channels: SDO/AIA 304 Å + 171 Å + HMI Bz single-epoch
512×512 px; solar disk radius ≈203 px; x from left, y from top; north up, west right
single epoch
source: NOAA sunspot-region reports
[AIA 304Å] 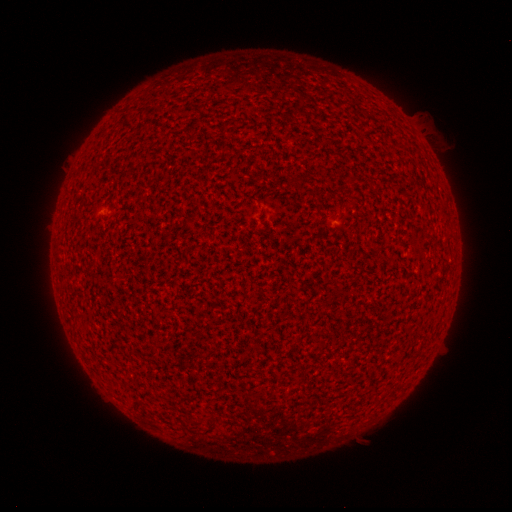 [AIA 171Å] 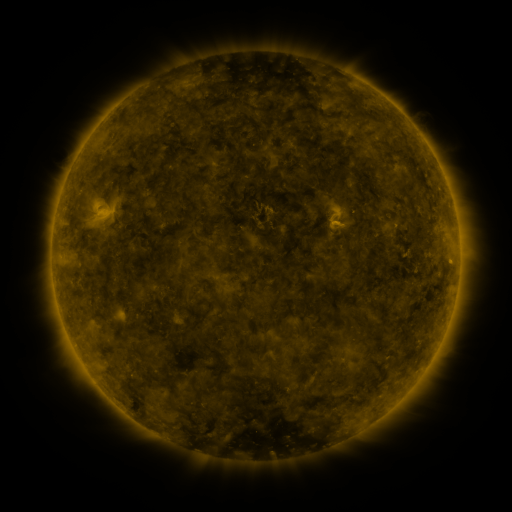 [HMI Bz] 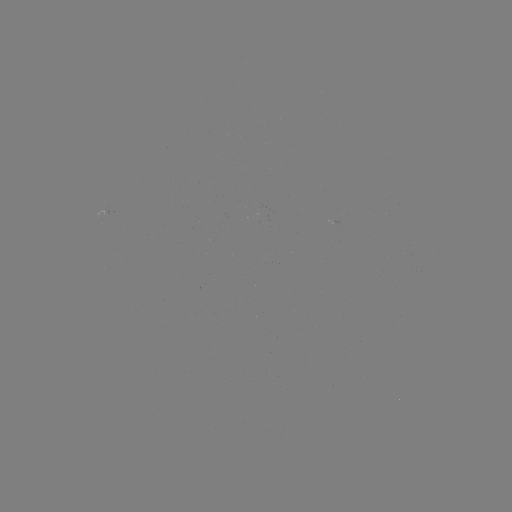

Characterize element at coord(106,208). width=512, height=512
spotted active region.